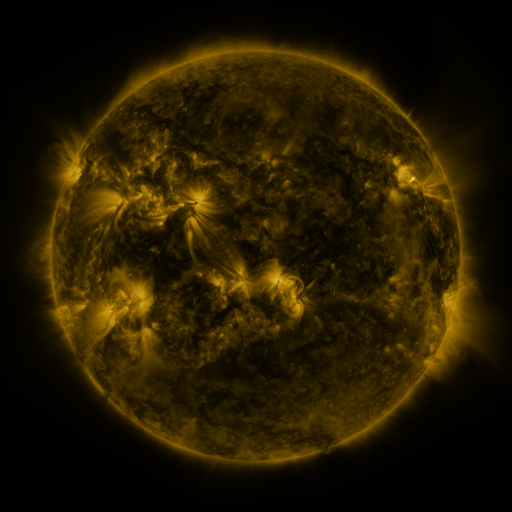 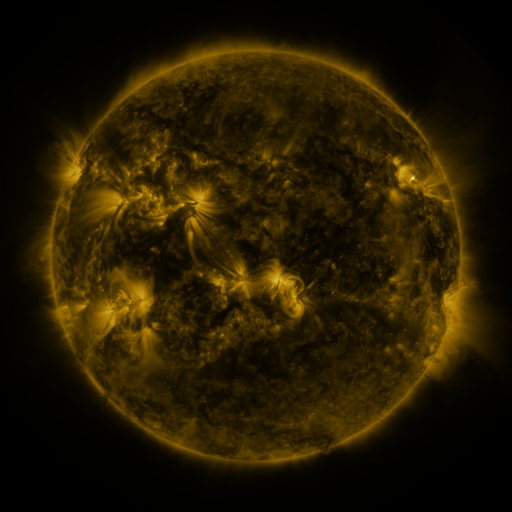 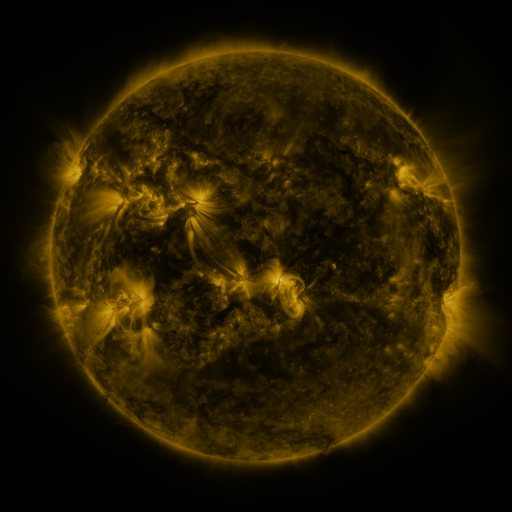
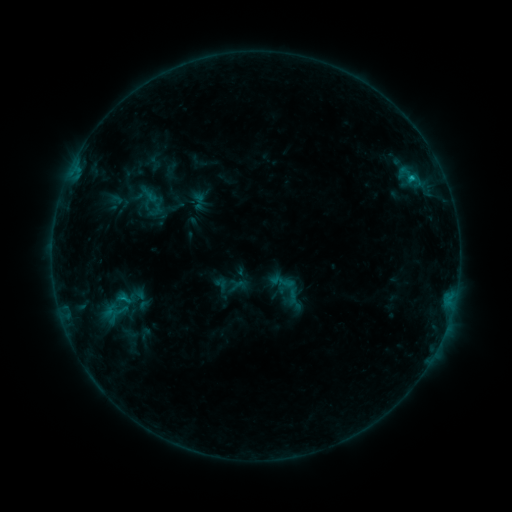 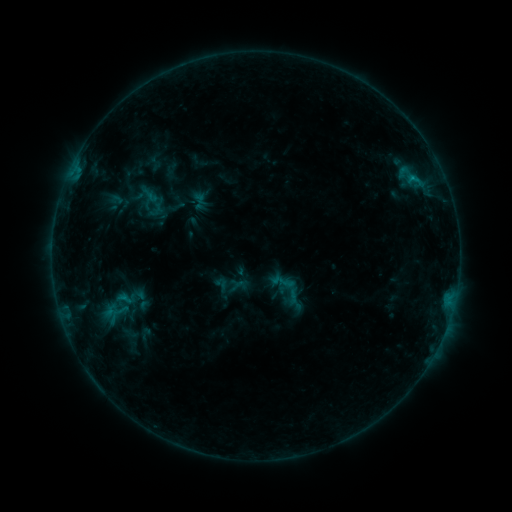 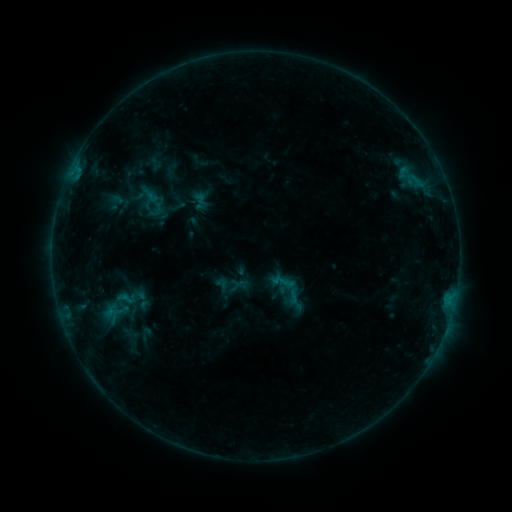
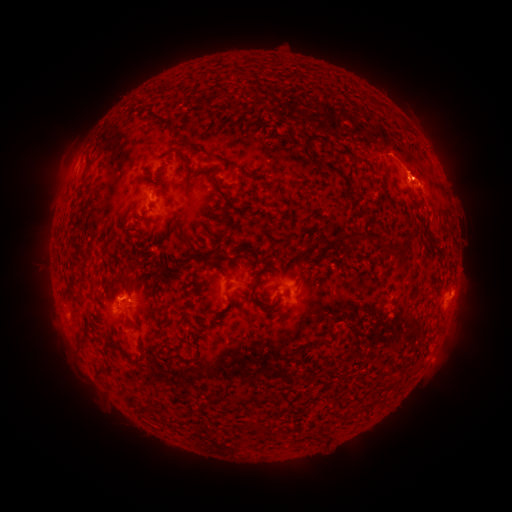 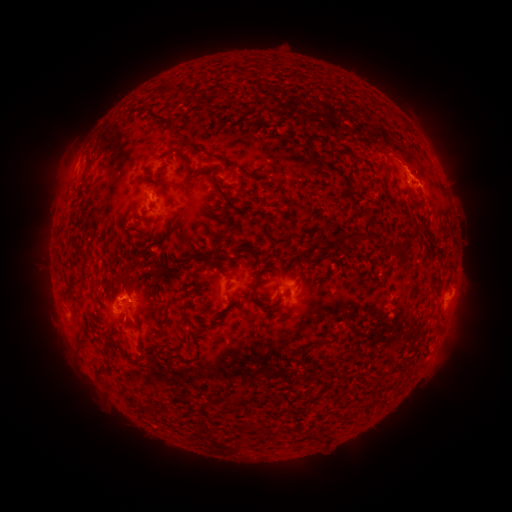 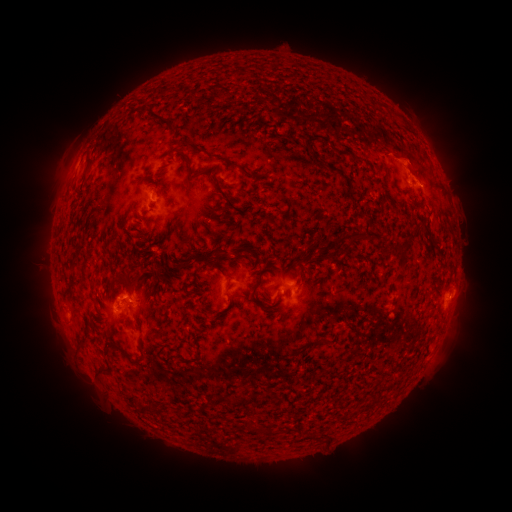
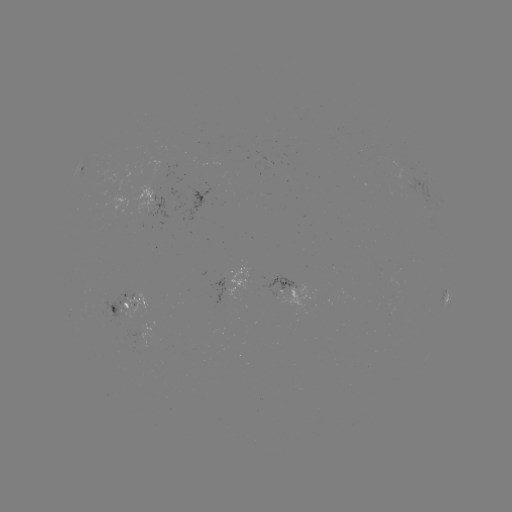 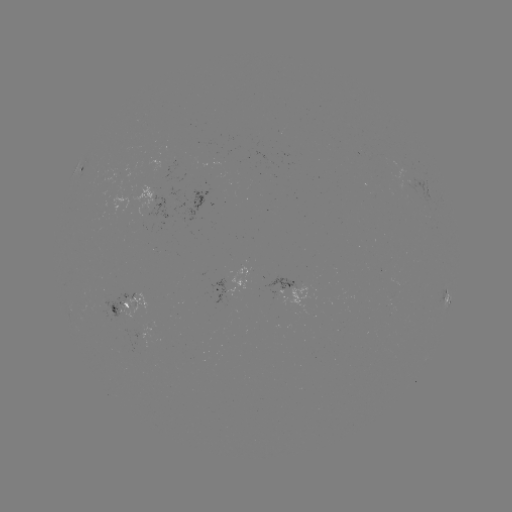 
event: eruption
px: (412, 160)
